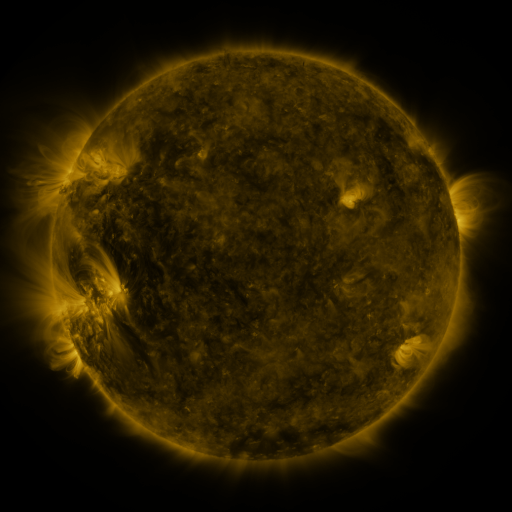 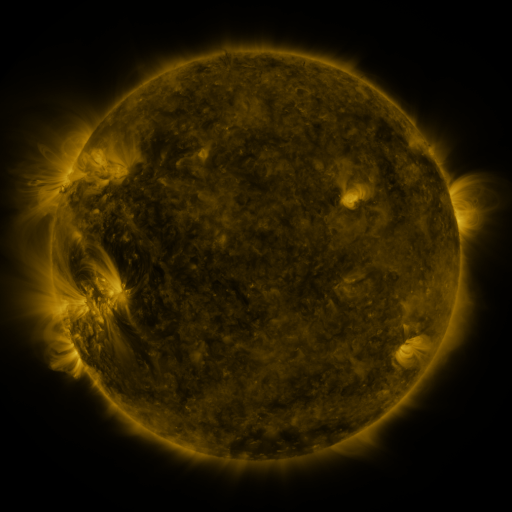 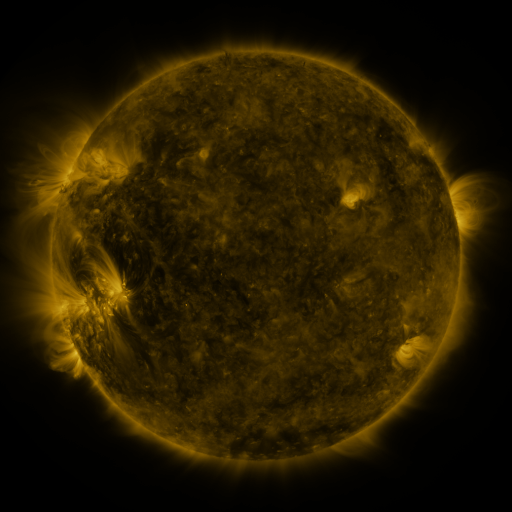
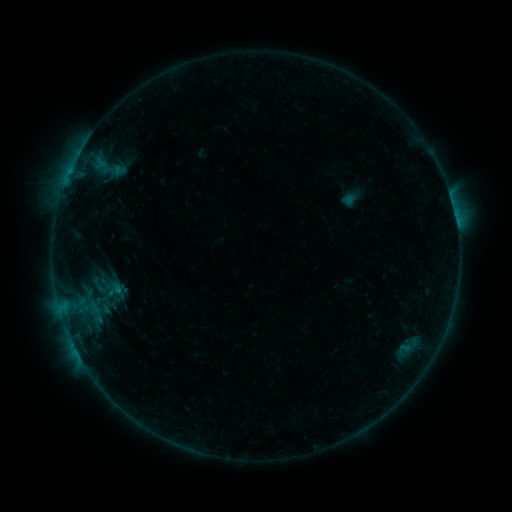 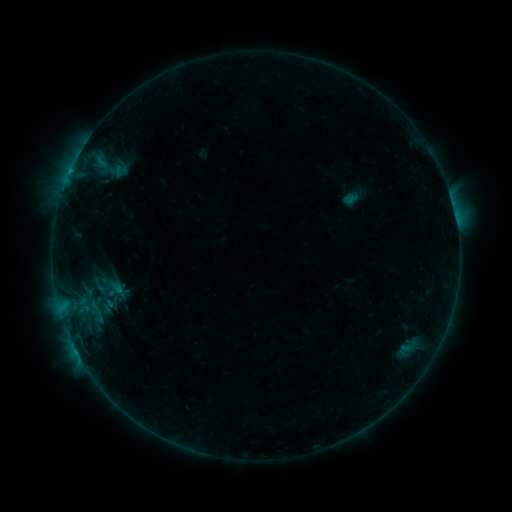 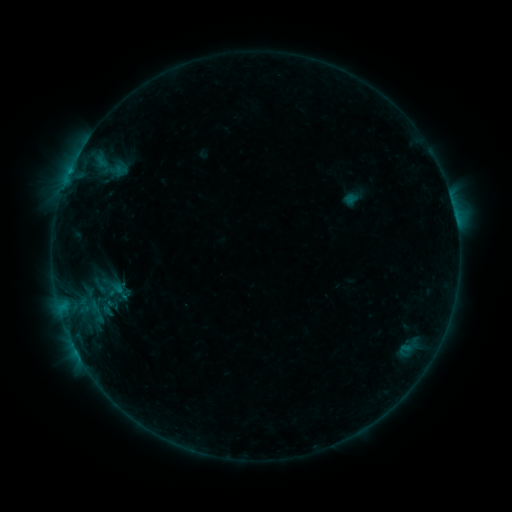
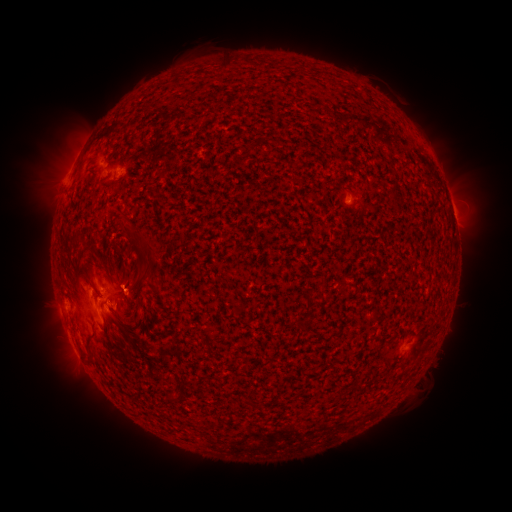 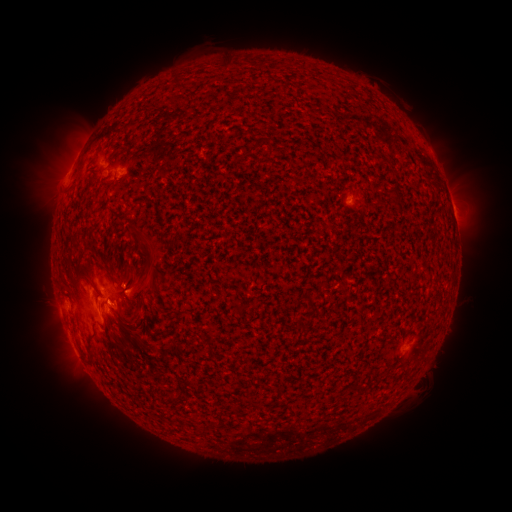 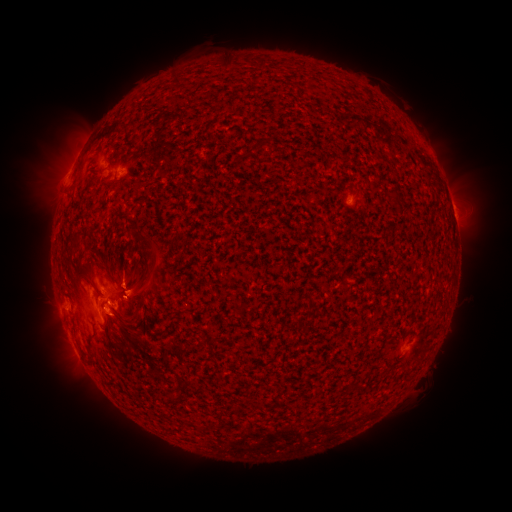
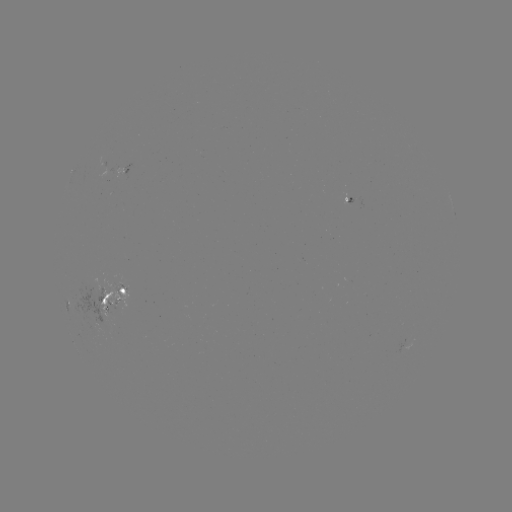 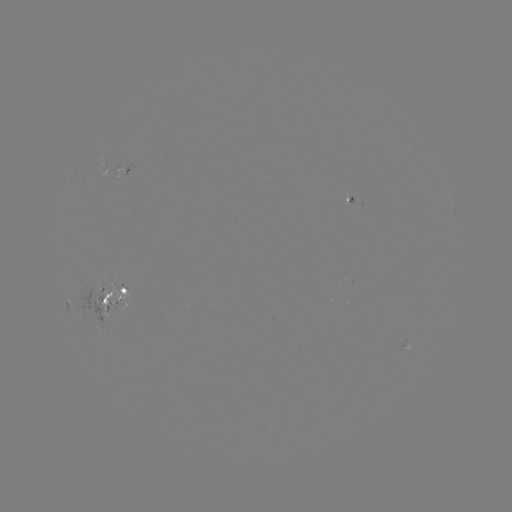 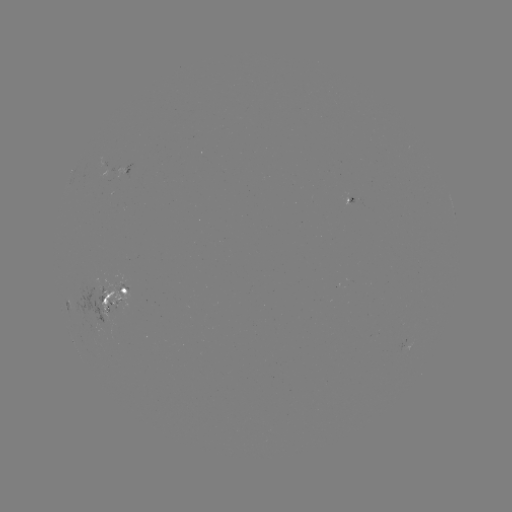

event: emerging-flux region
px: (108, 311)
